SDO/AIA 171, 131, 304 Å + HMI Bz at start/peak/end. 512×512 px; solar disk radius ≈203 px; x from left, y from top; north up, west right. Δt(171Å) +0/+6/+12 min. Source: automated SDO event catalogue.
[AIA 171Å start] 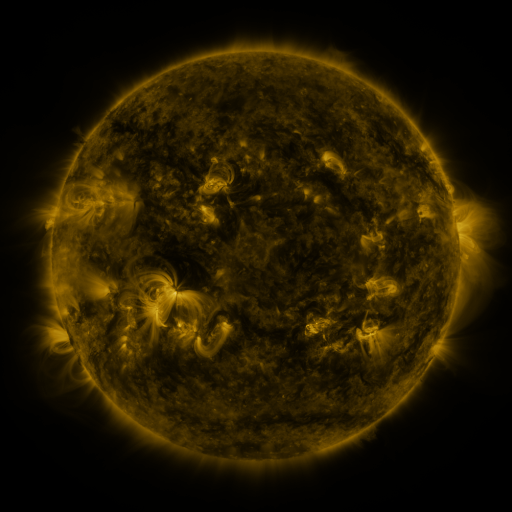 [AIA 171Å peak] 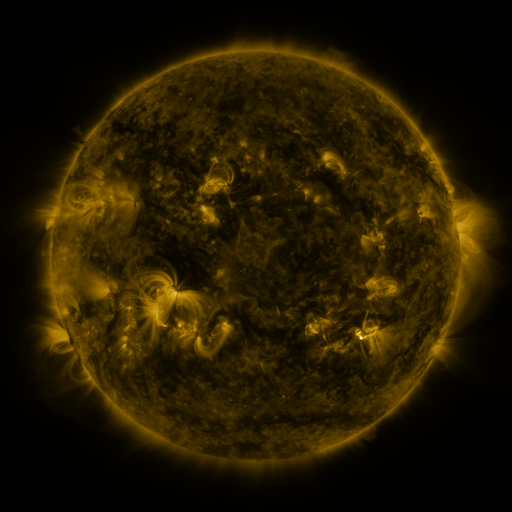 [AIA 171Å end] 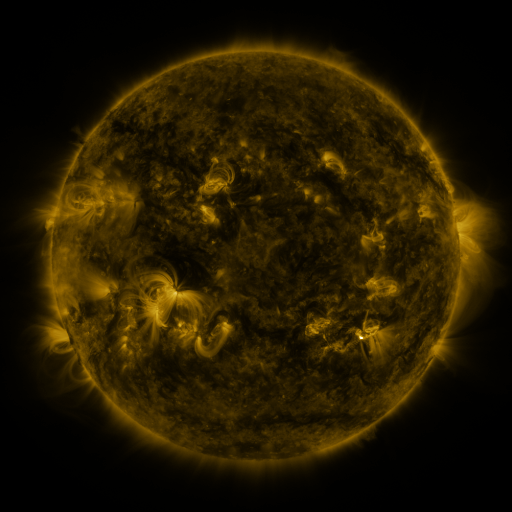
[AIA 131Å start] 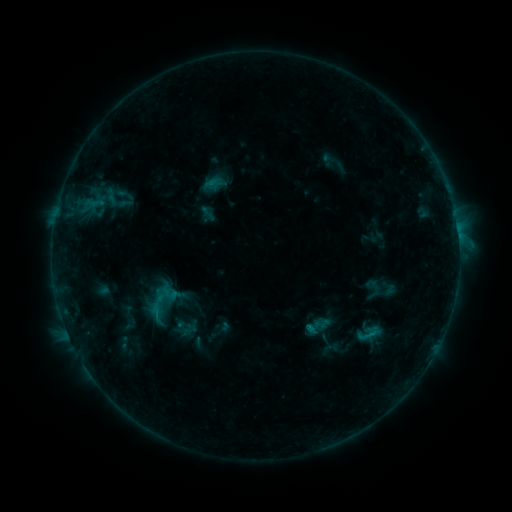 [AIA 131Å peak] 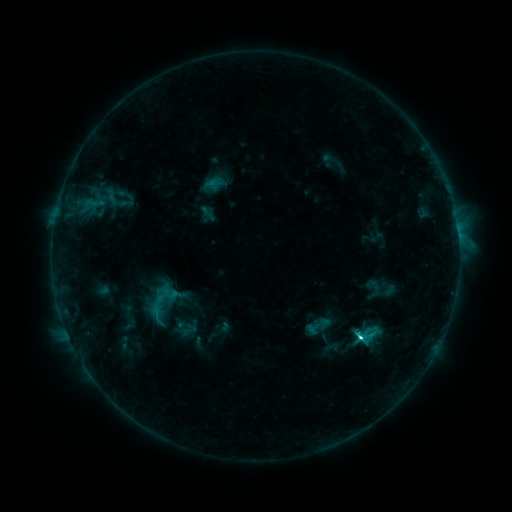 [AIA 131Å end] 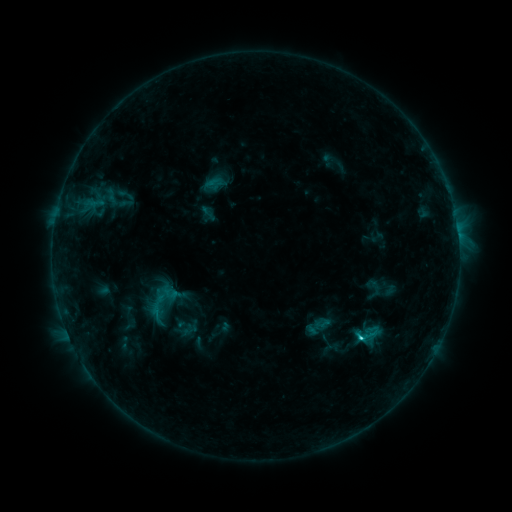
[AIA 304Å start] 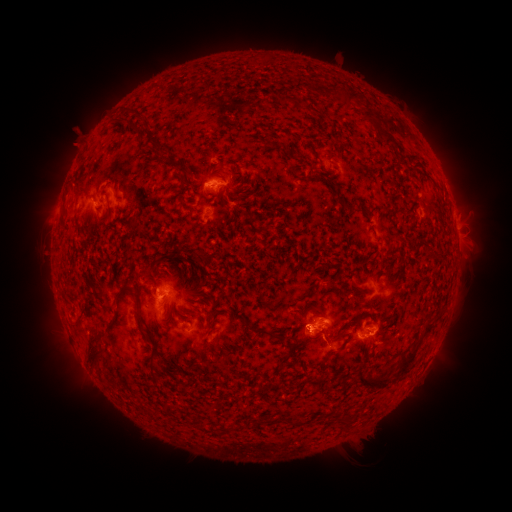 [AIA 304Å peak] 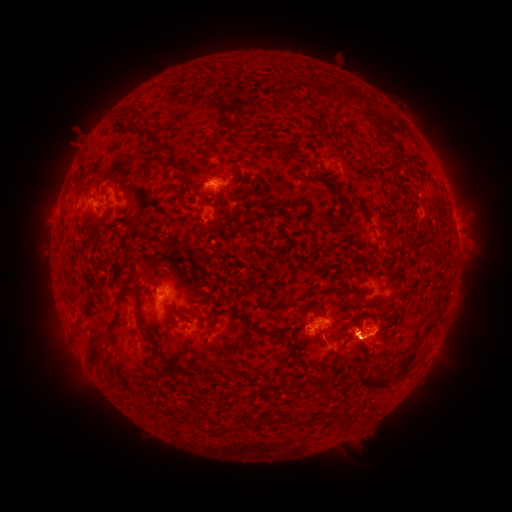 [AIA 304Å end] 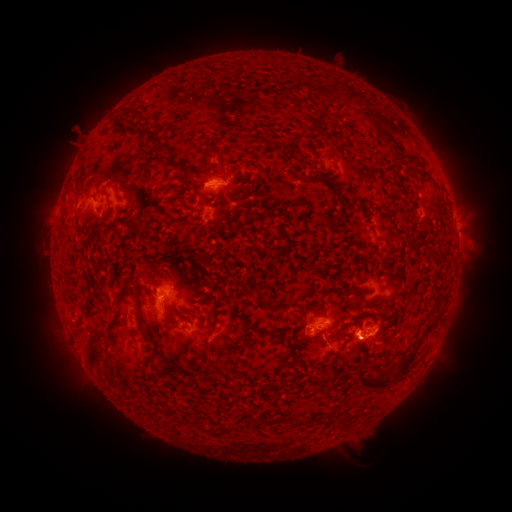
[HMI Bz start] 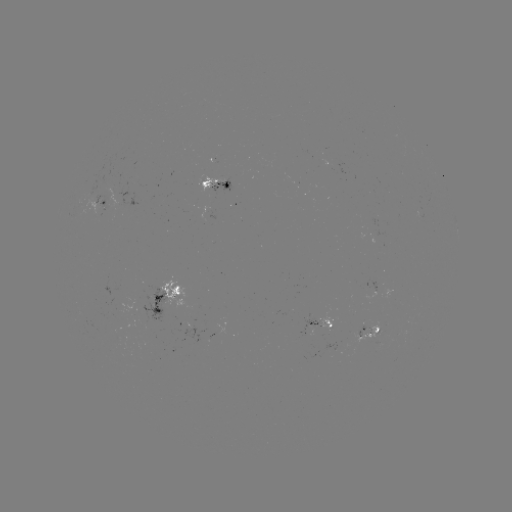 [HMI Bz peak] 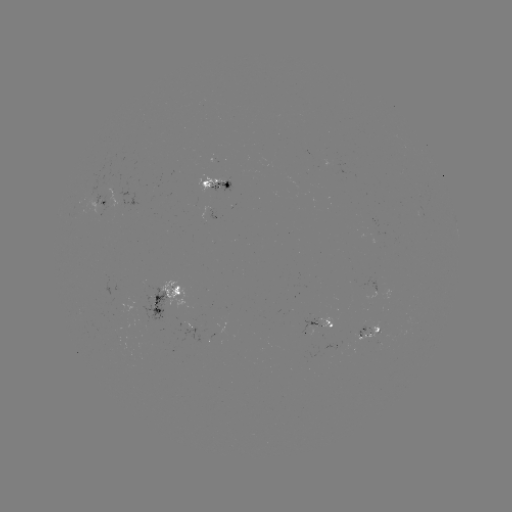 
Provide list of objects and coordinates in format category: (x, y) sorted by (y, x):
C2.9 flare: (360, 334)
